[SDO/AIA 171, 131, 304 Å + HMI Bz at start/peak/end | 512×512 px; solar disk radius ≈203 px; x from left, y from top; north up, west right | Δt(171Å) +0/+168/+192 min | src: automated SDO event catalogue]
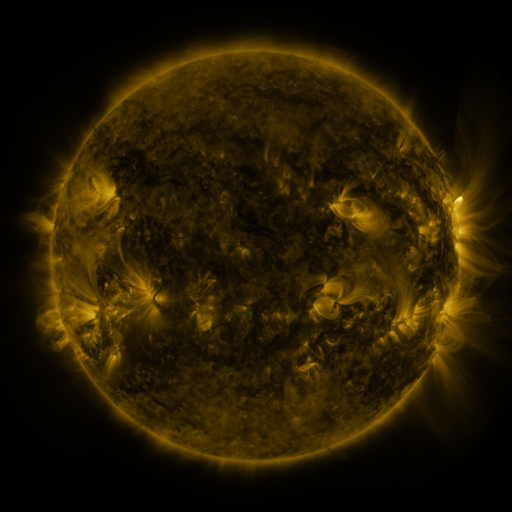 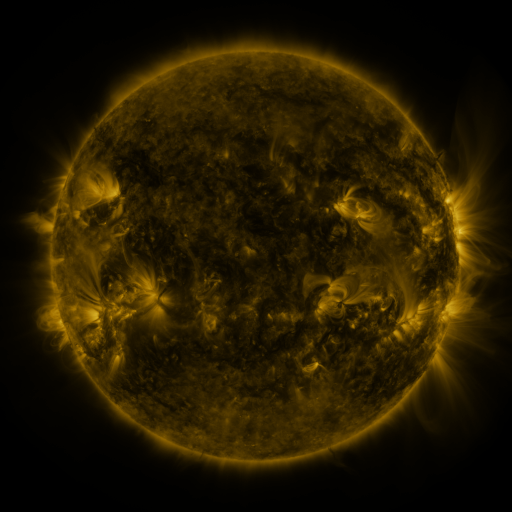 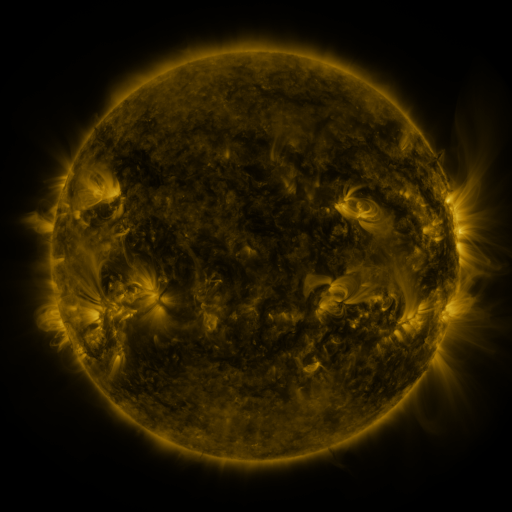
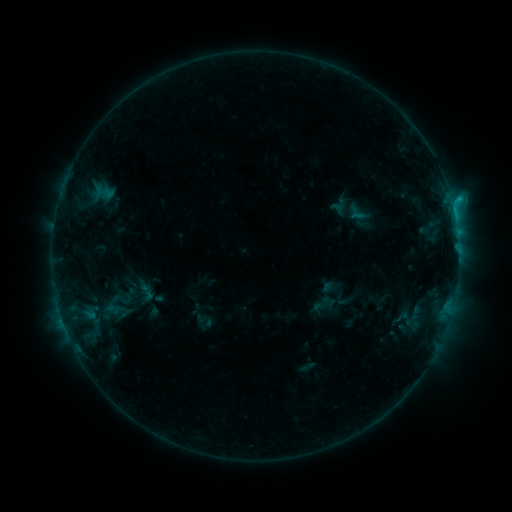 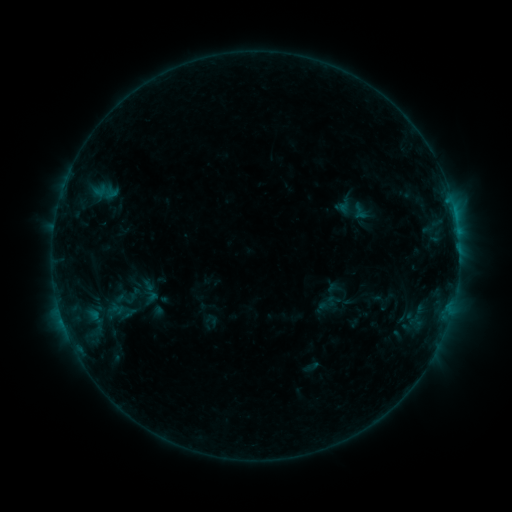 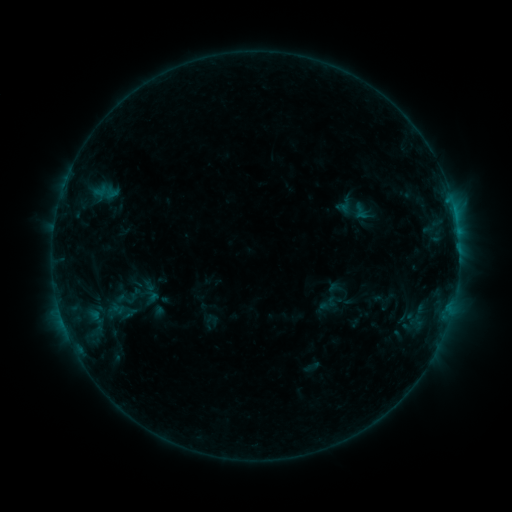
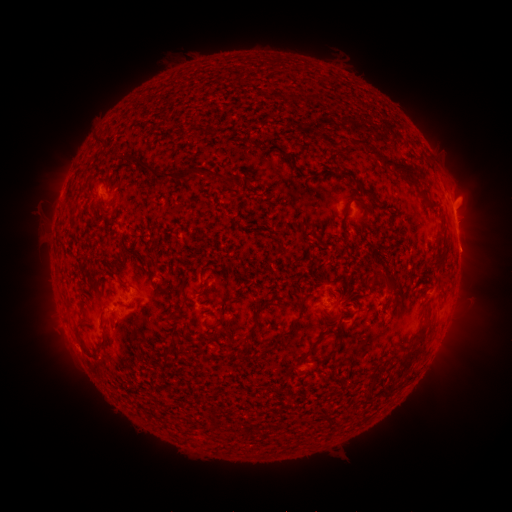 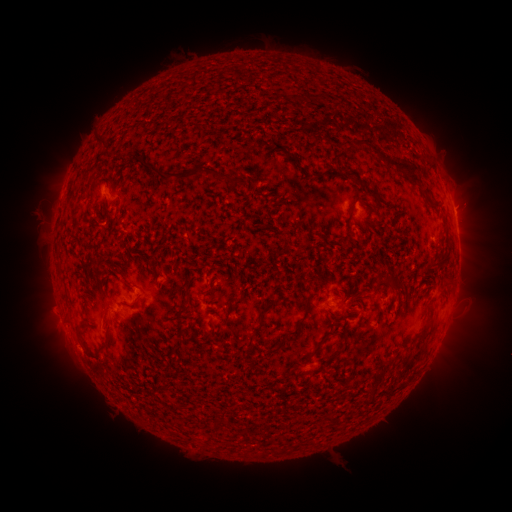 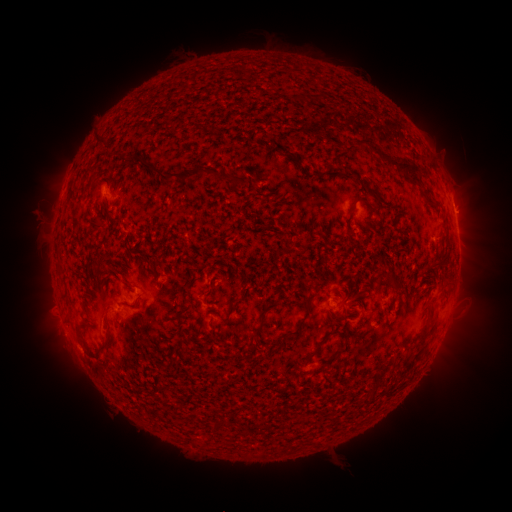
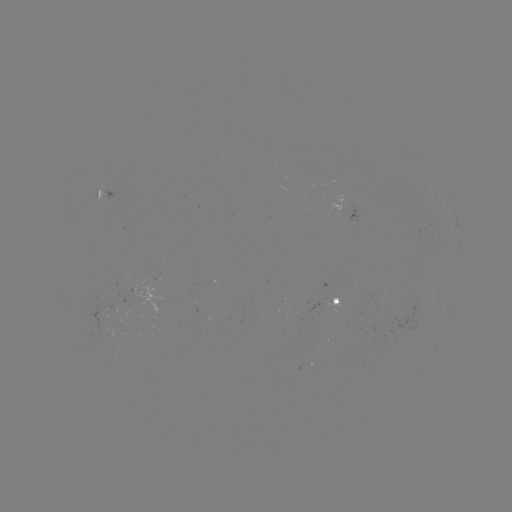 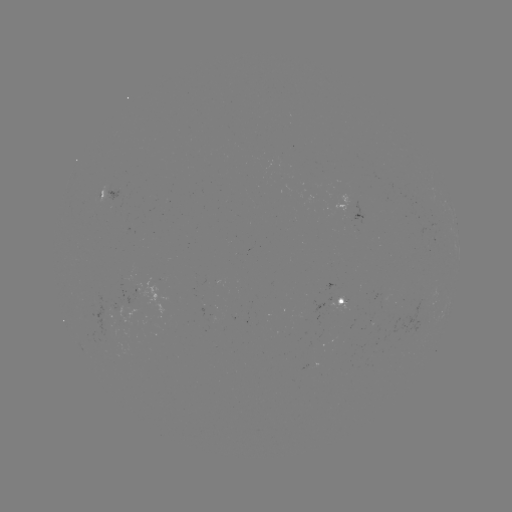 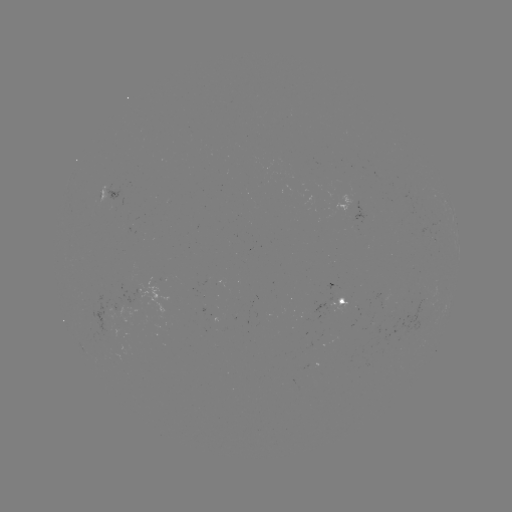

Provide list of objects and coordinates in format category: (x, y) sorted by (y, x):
emerging-flux region: (375, 326)
